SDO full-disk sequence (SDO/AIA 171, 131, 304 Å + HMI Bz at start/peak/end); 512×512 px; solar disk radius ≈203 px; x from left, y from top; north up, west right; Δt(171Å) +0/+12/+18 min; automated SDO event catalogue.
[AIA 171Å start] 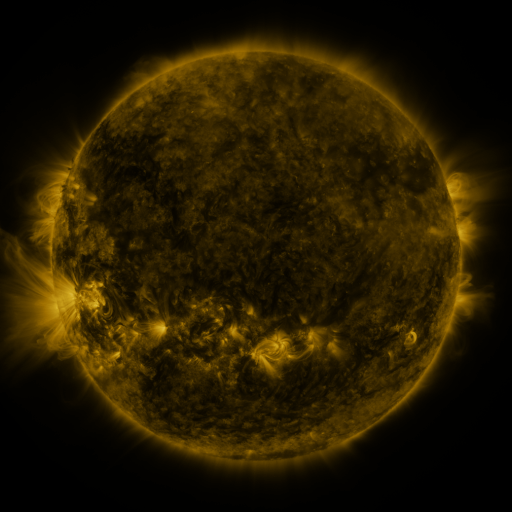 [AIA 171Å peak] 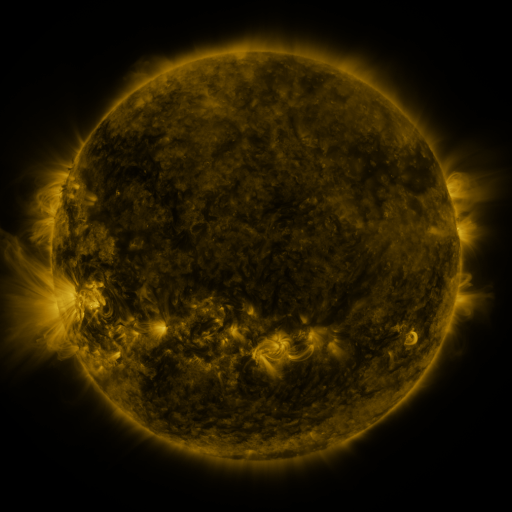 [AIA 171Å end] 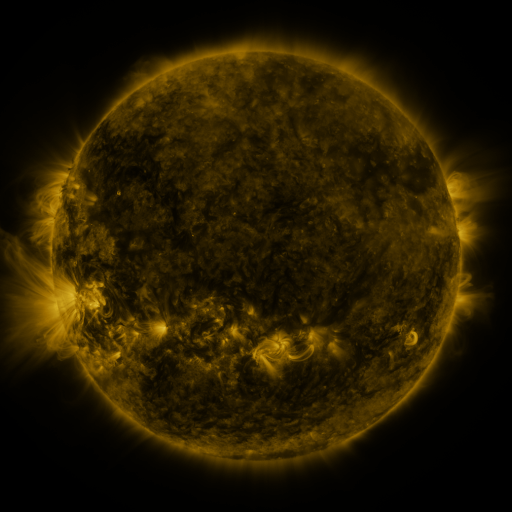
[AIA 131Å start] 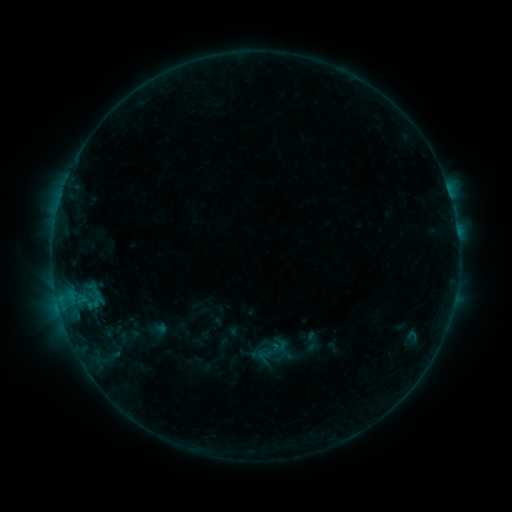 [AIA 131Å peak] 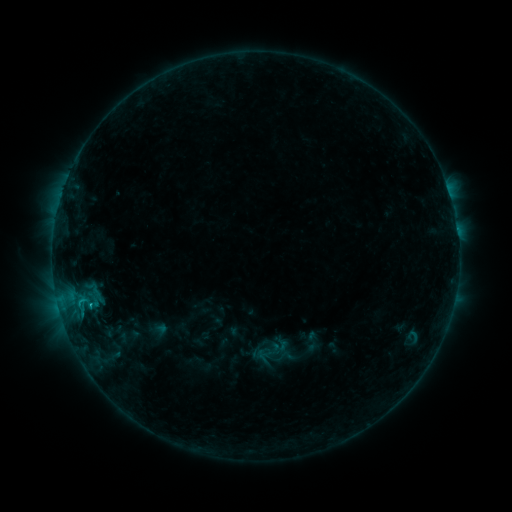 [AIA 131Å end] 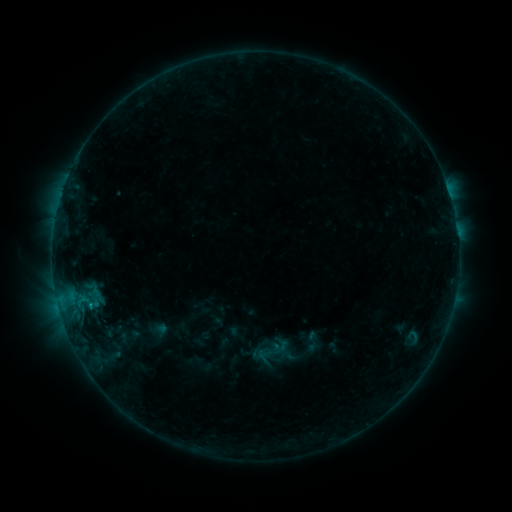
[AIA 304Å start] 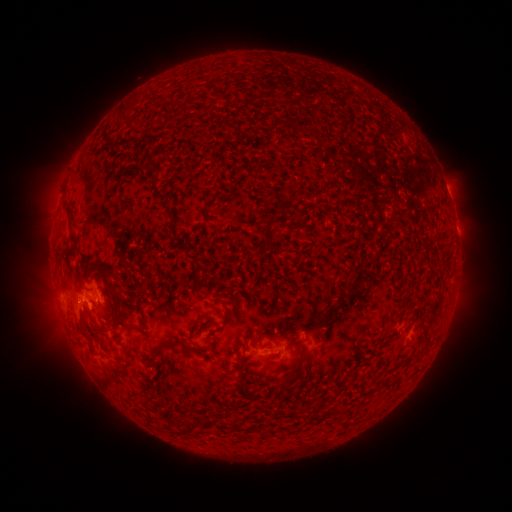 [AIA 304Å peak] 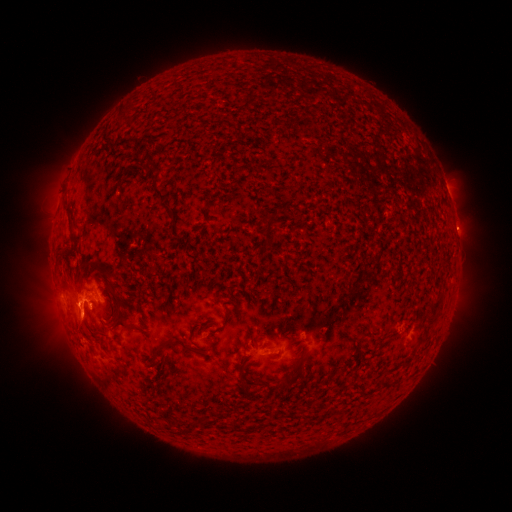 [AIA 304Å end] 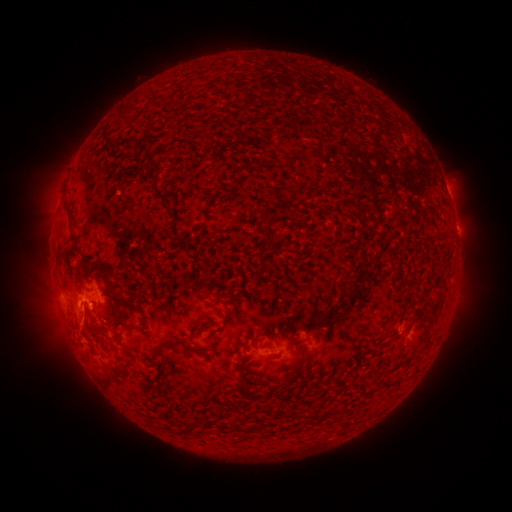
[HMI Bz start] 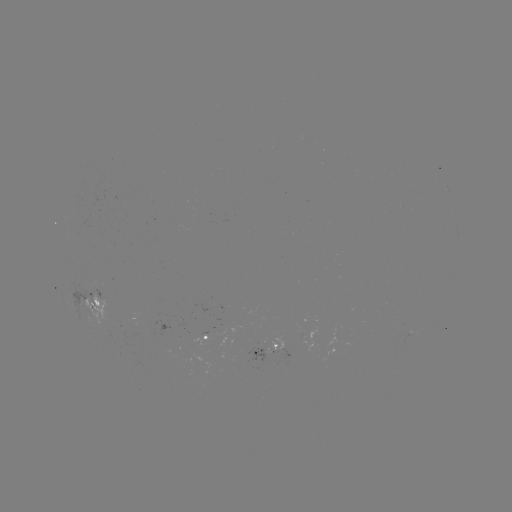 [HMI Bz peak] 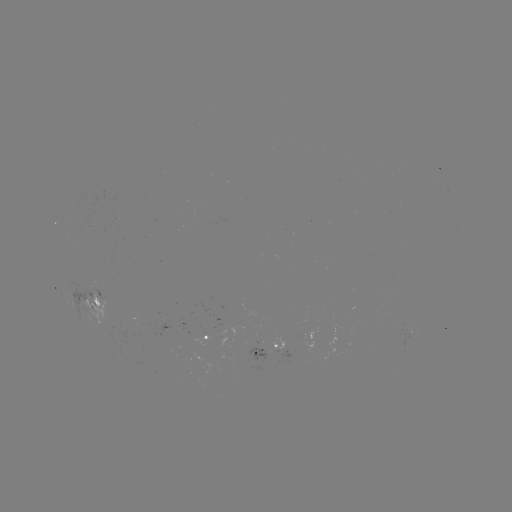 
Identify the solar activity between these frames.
C1.1 flare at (82, 301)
